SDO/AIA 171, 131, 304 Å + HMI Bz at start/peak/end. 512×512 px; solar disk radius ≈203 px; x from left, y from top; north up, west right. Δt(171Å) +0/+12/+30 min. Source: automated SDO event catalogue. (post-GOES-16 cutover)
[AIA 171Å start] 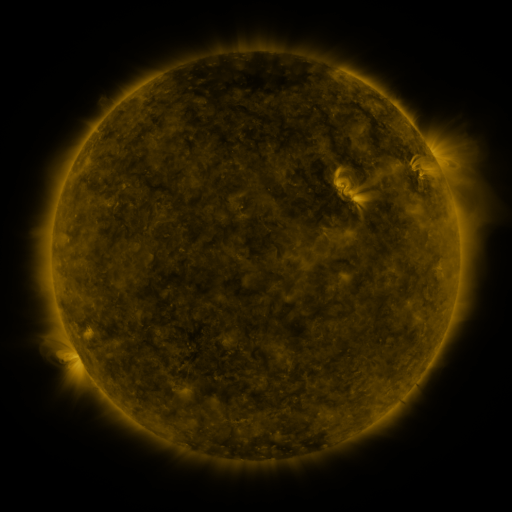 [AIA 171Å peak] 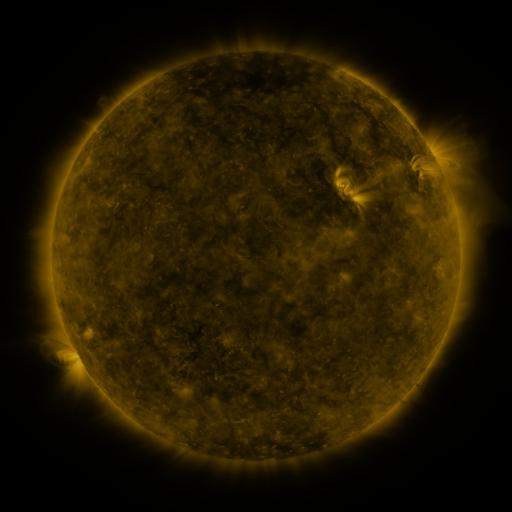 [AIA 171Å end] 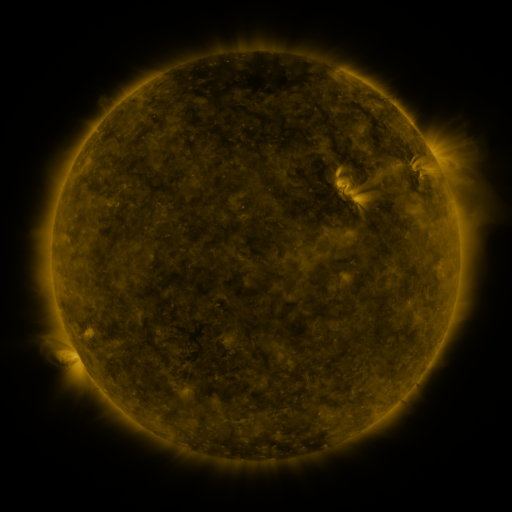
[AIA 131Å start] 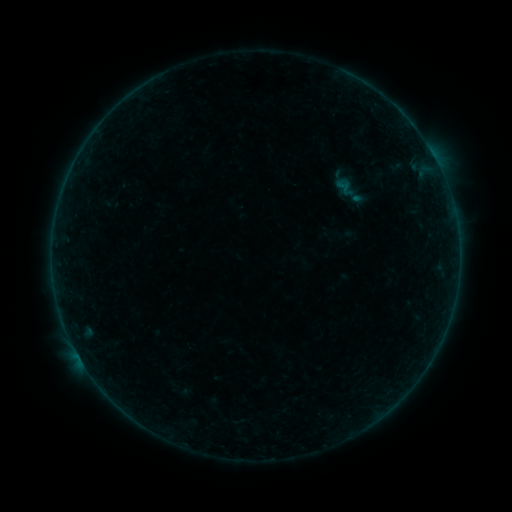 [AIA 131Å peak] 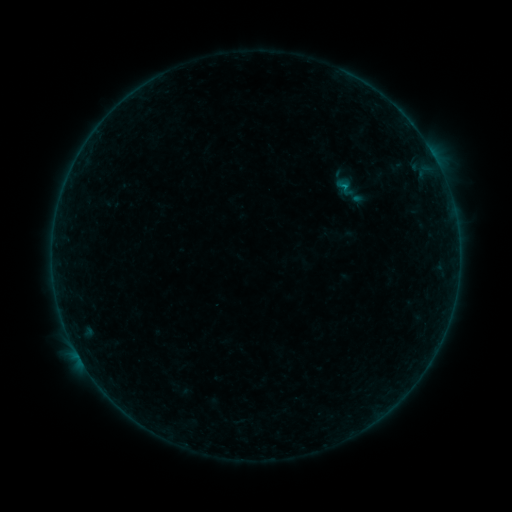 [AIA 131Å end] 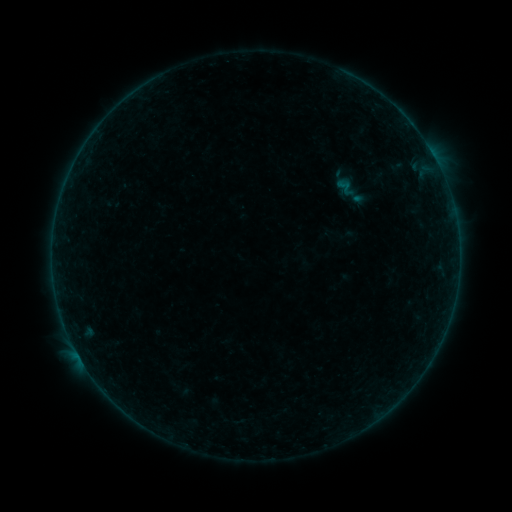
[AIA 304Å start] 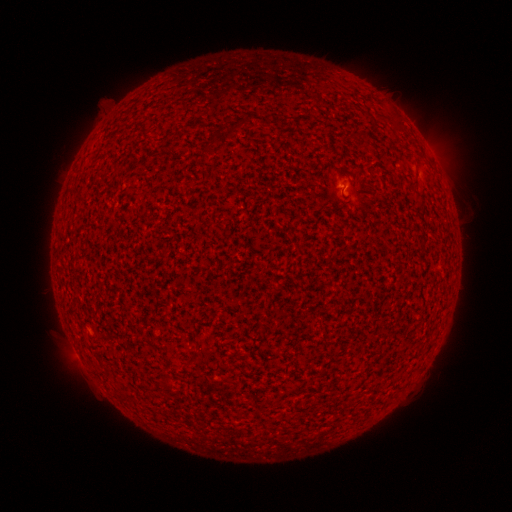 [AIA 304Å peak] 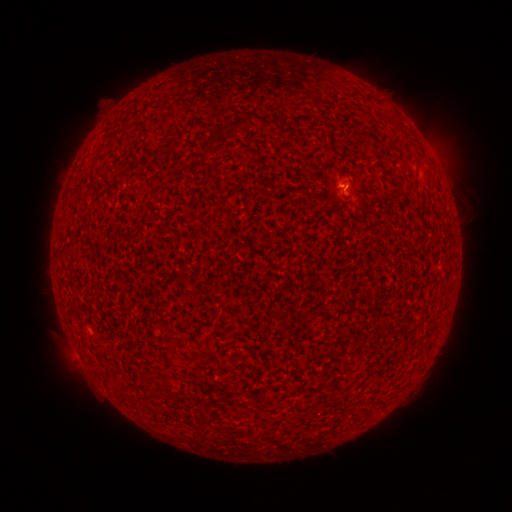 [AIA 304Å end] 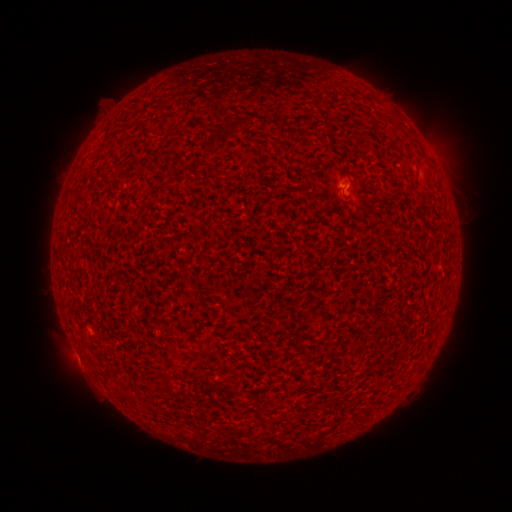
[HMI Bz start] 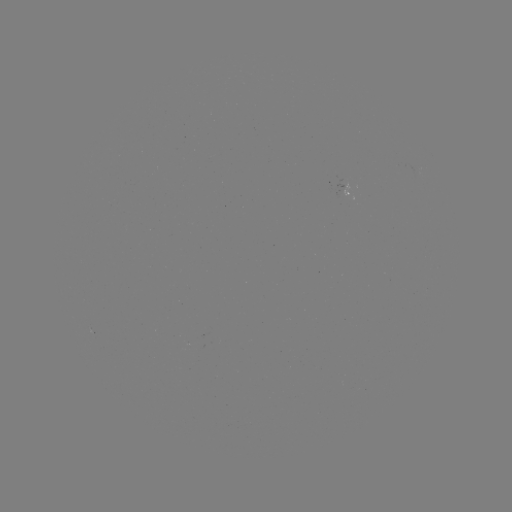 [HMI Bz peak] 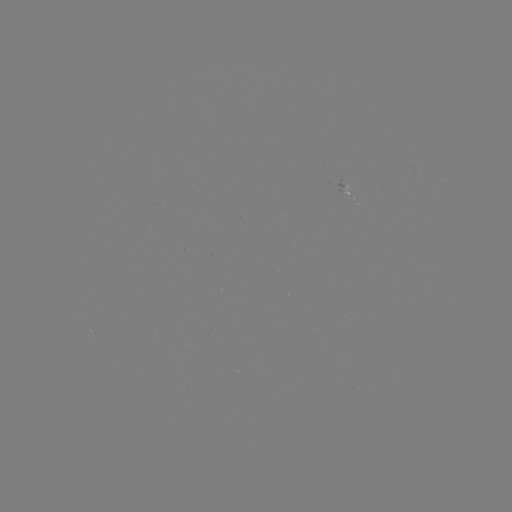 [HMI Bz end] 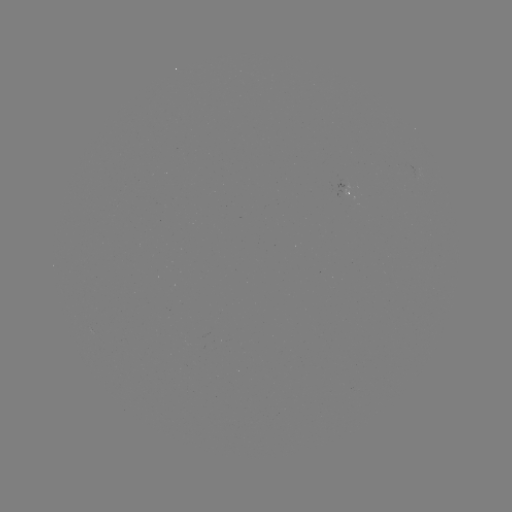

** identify B1.9 flare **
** [342, 188] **